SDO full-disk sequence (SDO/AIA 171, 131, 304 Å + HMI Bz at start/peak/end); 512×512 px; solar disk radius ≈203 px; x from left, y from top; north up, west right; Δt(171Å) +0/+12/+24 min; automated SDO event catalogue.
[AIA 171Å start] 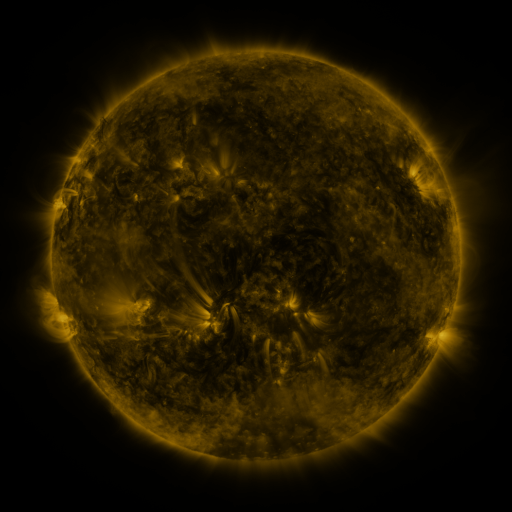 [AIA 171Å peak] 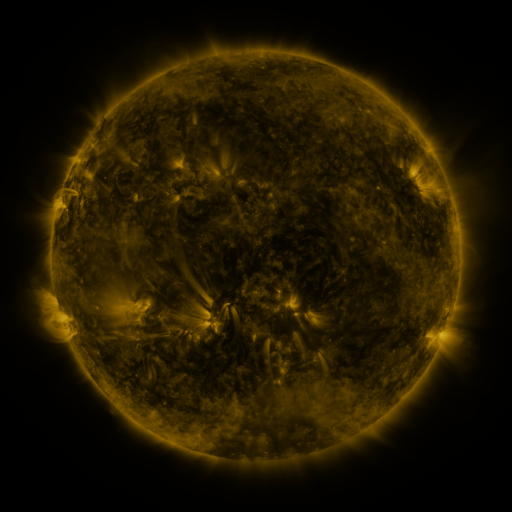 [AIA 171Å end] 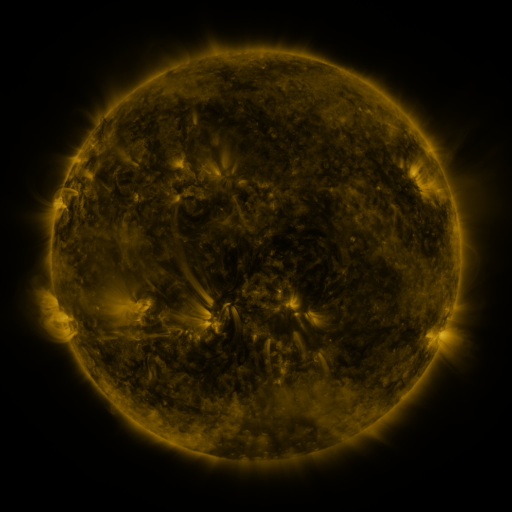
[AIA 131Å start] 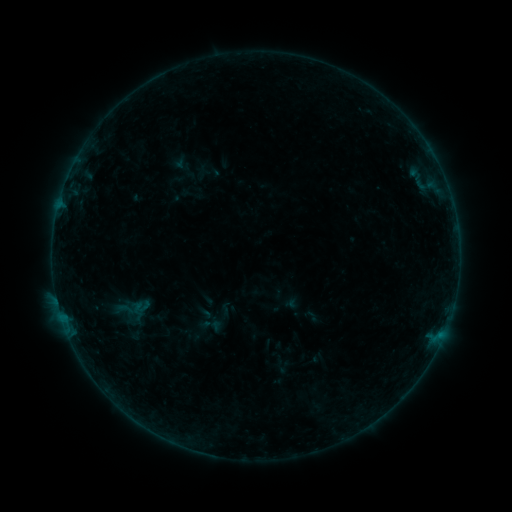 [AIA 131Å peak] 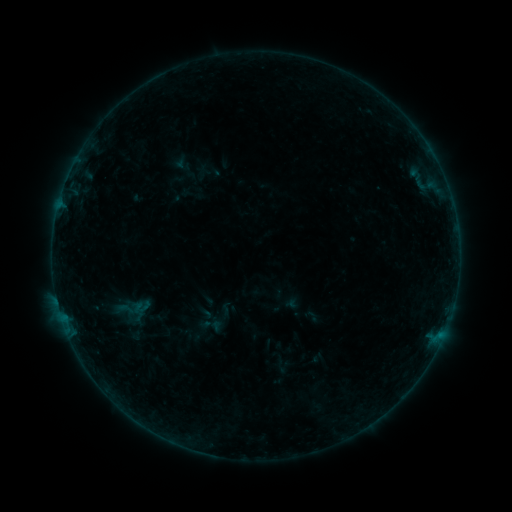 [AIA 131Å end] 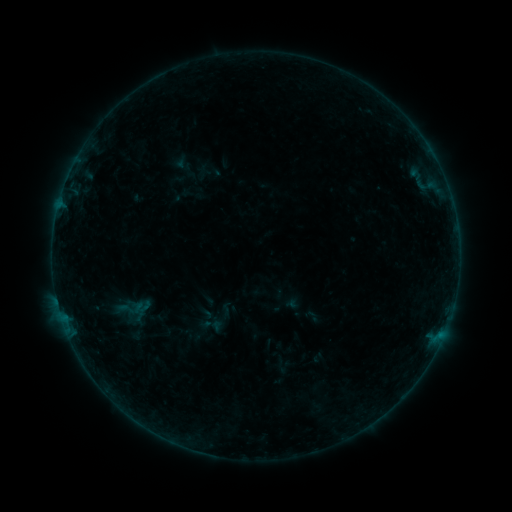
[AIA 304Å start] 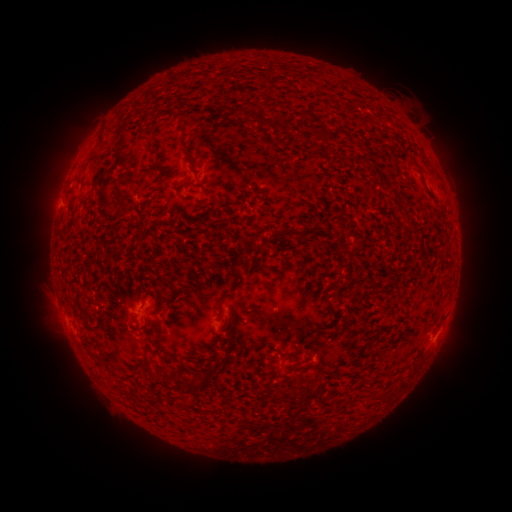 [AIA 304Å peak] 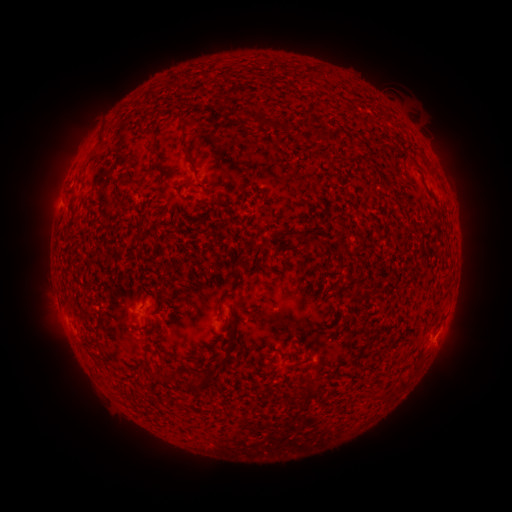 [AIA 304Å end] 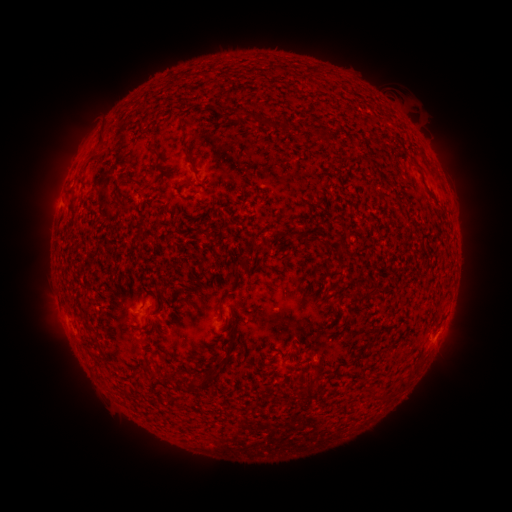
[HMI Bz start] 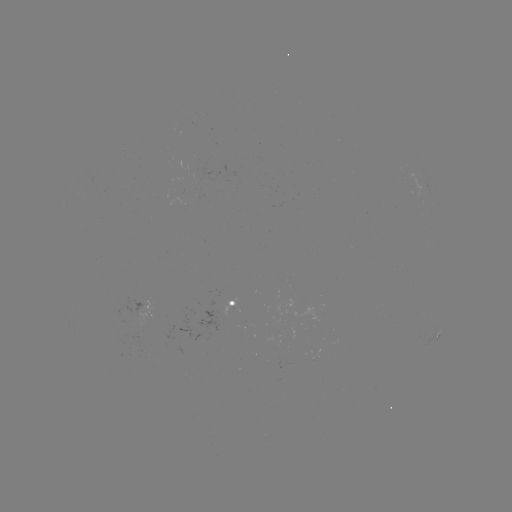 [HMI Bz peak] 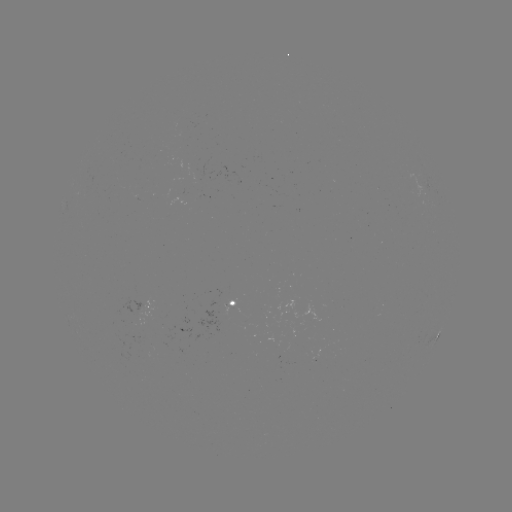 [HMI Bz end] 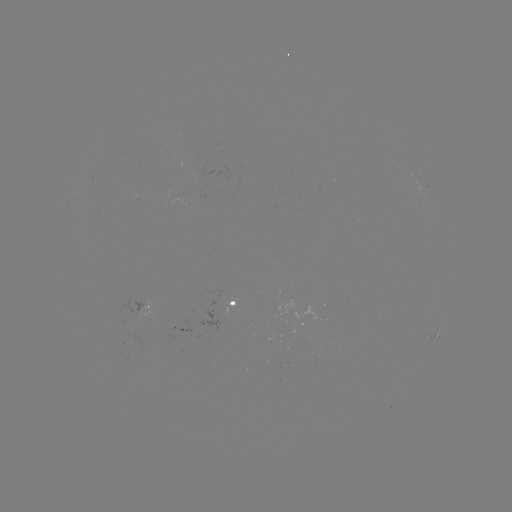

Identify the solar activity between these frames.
no classed flare was catalogued and no EUV brightening was flagged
